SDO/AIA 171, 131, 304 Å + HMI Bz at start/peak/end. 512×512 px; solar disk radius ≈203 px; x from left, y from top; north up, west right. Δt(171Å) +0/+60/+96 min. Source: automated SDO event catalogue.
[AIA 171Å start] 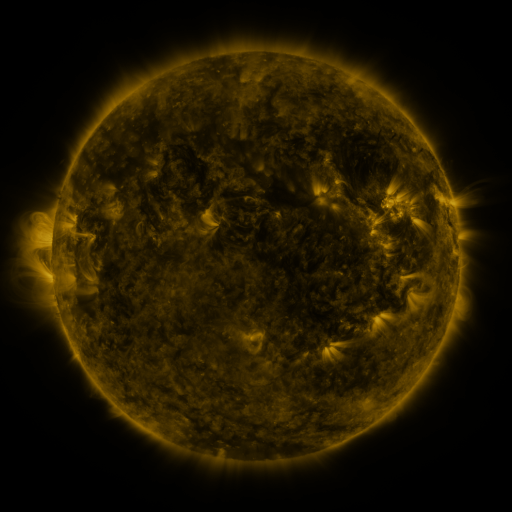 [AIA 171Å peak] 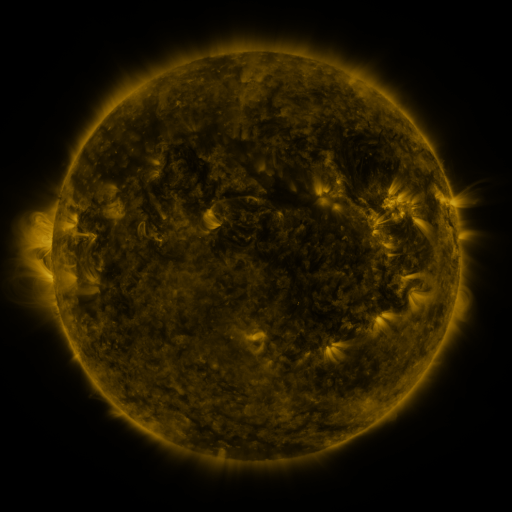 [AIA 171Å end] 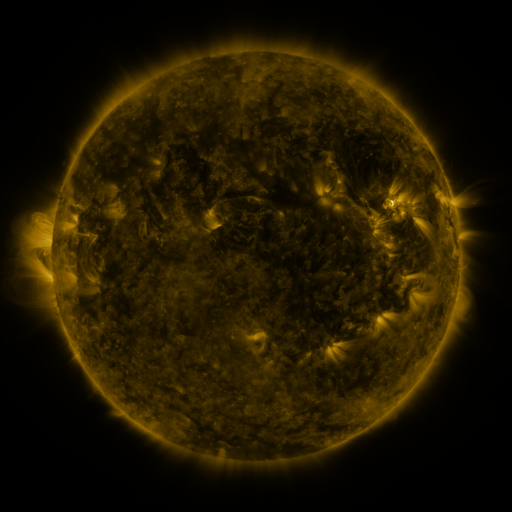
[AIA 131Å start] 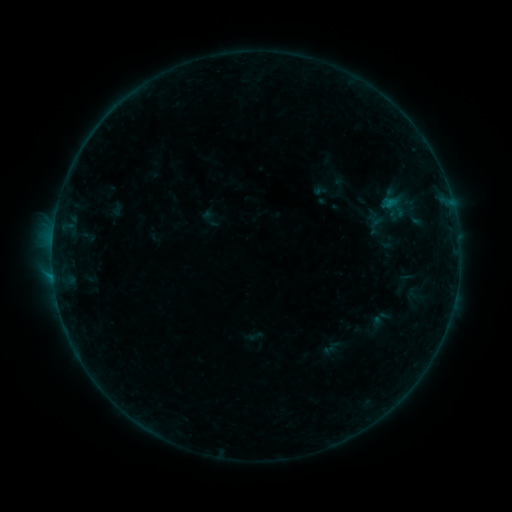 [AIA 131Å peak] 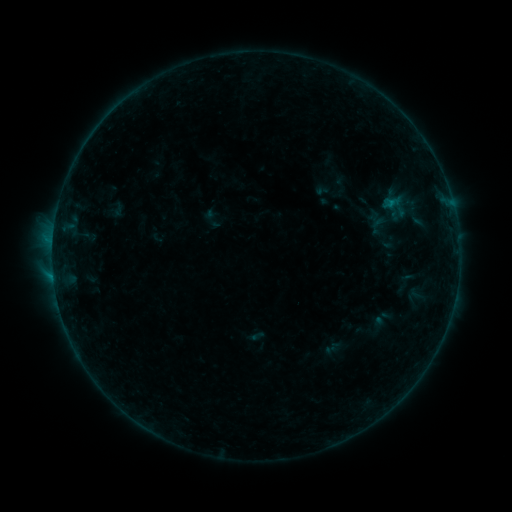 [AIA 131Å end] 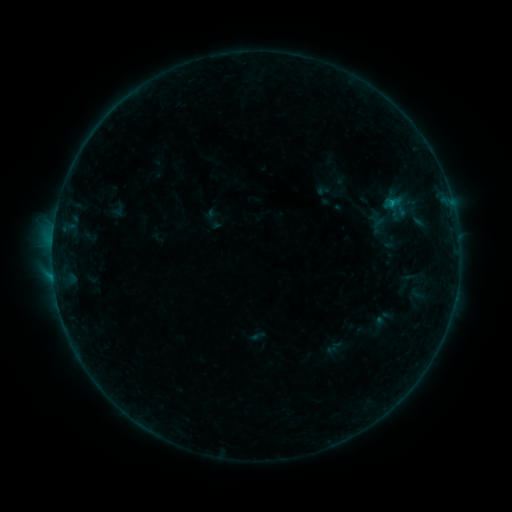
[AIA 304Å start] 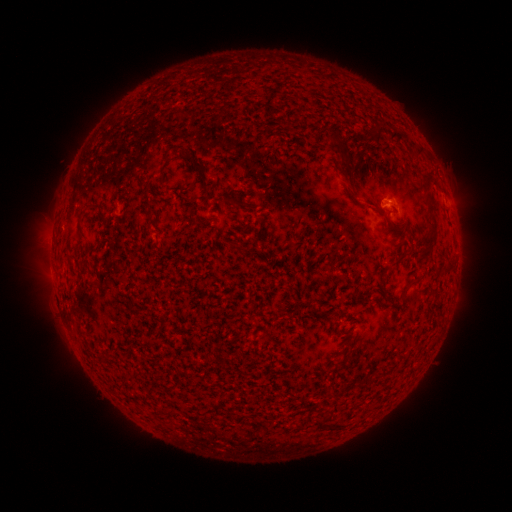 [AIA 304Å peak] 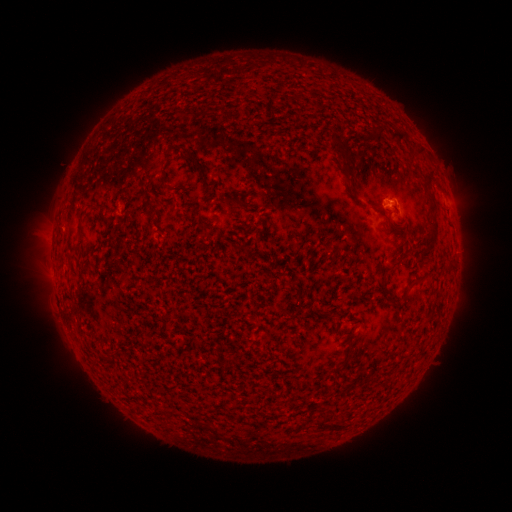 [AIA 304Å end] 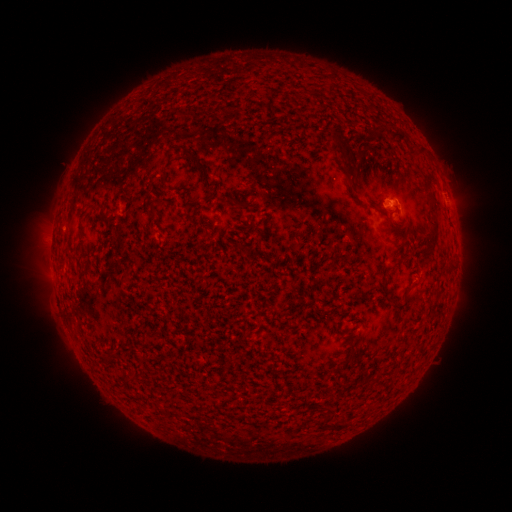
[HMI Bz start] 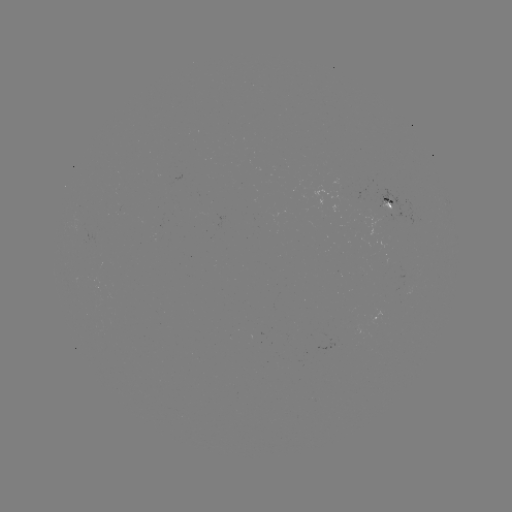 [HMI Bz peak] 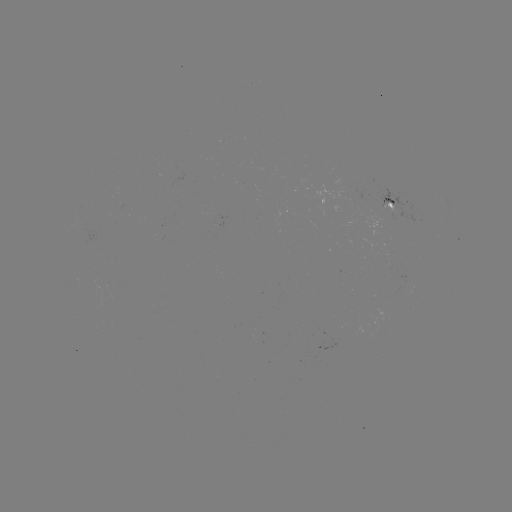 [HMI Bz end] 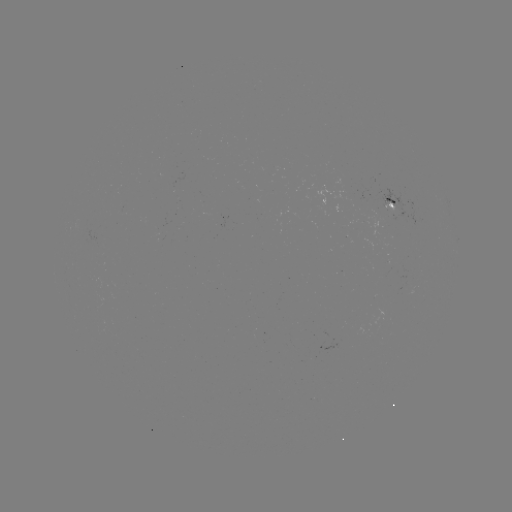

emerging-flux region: <bbox>373, 188, 411, 217</bbox>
